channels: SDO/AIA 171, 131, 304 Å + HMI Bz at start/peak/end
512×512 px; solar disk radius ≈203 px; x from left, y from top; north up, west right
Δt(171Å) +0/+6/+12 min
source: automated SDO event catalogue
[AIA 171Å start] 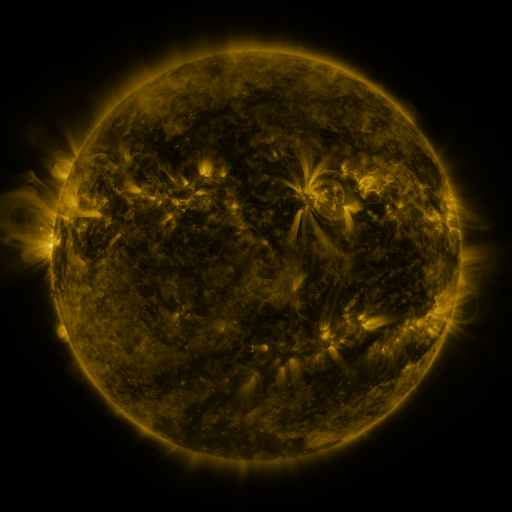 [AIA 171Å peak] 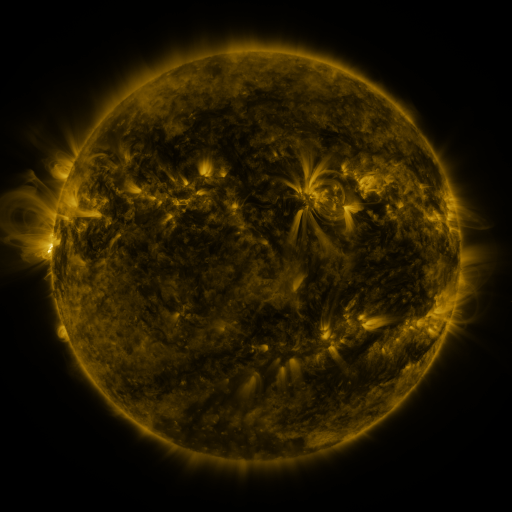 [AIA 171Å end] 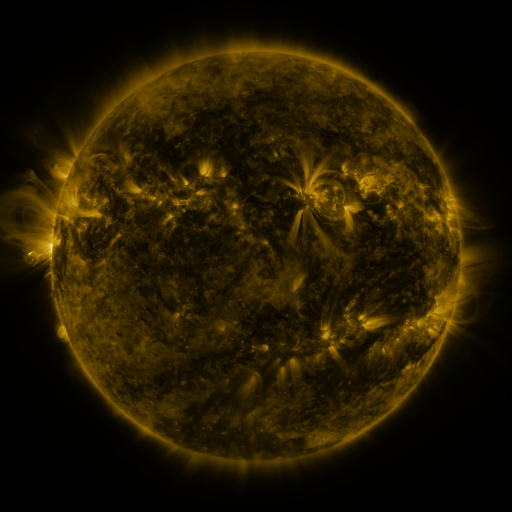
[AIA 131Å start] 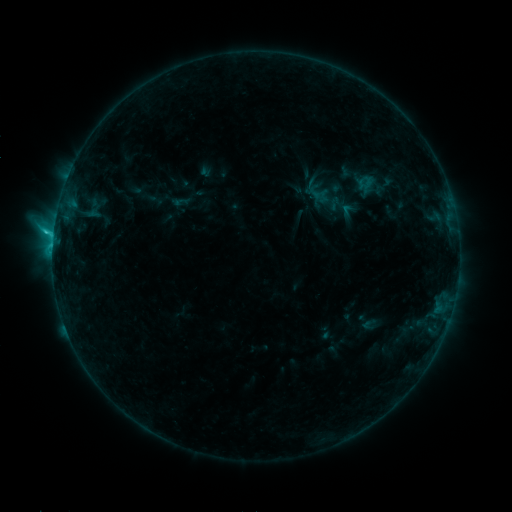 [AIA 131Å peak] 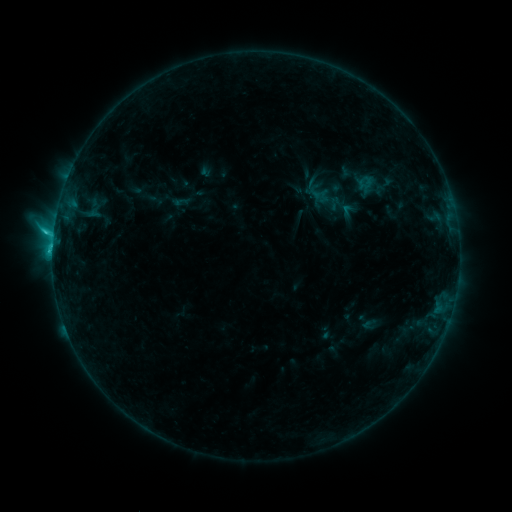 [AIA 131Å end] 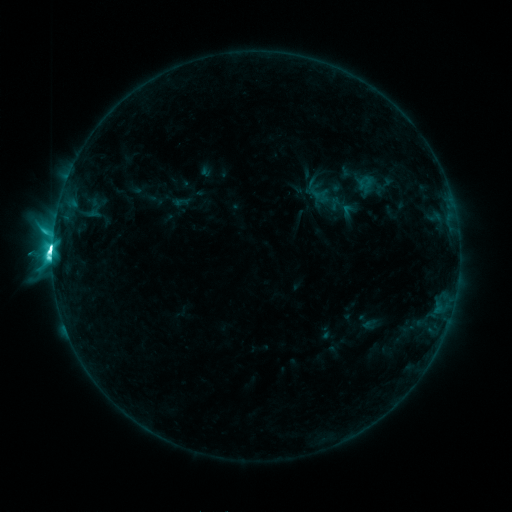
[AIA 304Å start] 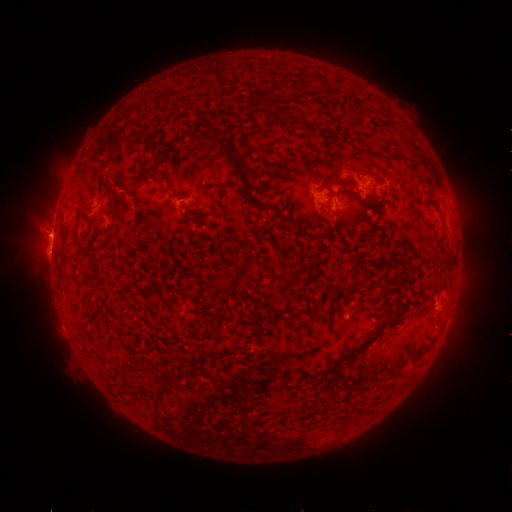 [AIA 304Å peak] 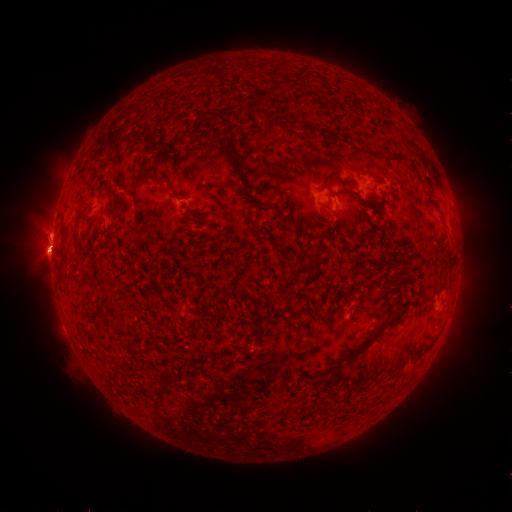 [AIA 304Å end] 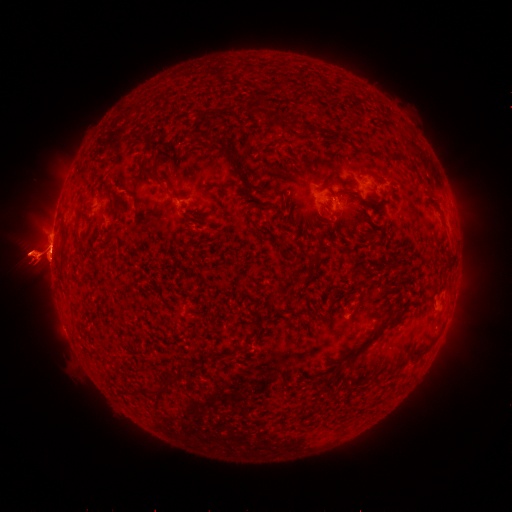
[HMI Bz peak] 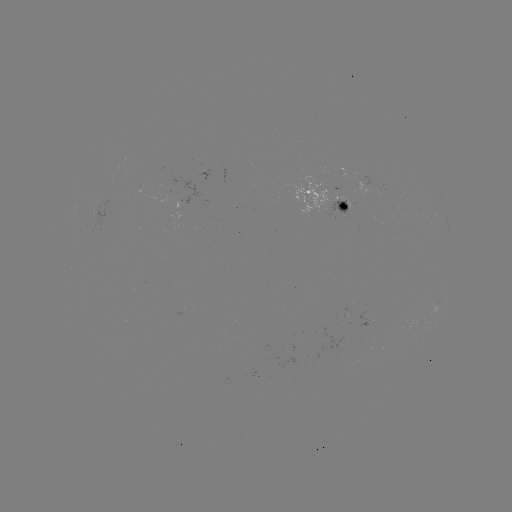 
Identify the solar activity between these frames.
eruption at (469, 254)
